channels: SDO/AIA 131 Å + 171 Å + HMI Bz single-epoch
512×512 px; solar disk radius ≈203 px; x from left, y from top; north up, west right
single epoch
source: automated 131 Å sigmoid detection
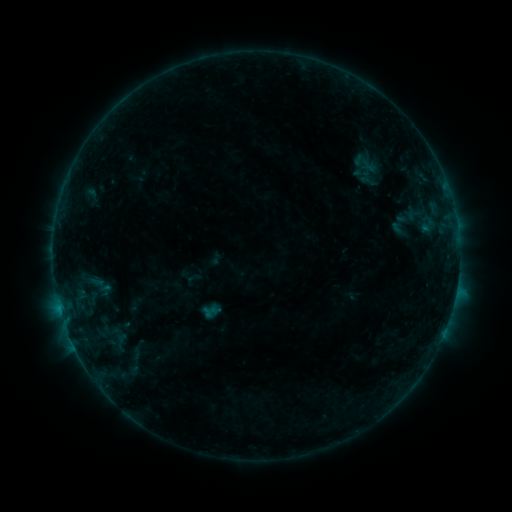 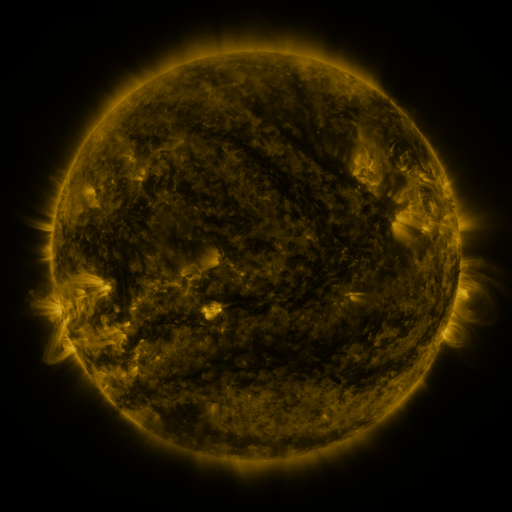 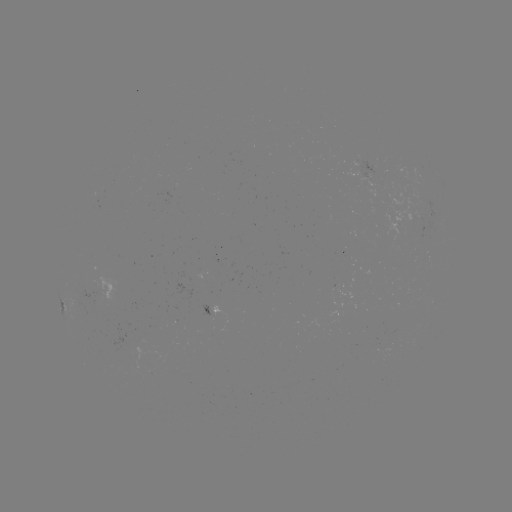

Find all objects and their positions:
sigmoid: [355, 171, 381, 192]
